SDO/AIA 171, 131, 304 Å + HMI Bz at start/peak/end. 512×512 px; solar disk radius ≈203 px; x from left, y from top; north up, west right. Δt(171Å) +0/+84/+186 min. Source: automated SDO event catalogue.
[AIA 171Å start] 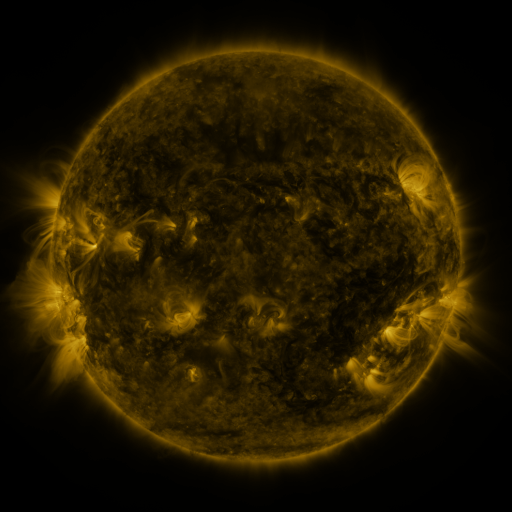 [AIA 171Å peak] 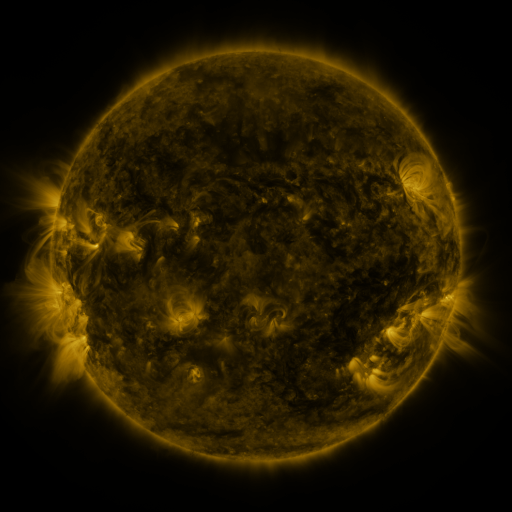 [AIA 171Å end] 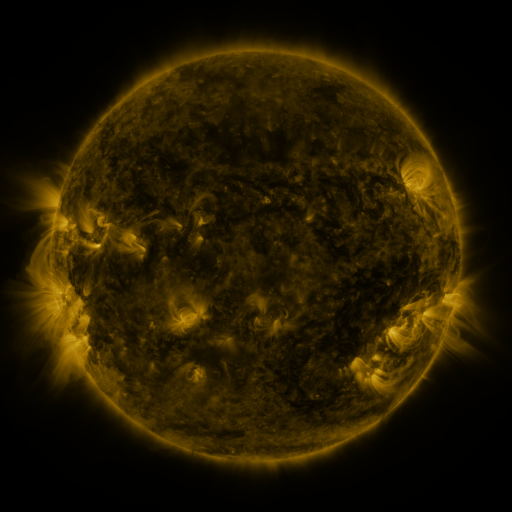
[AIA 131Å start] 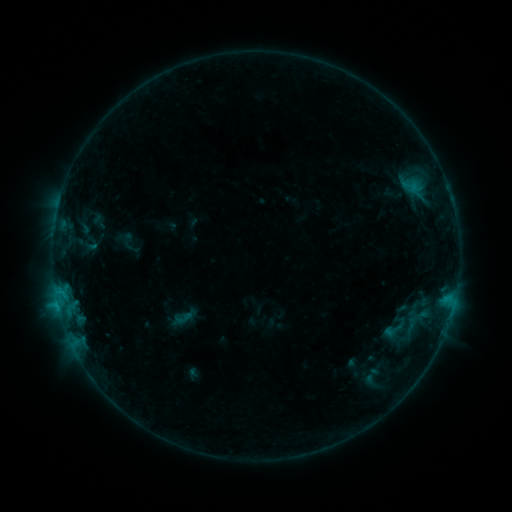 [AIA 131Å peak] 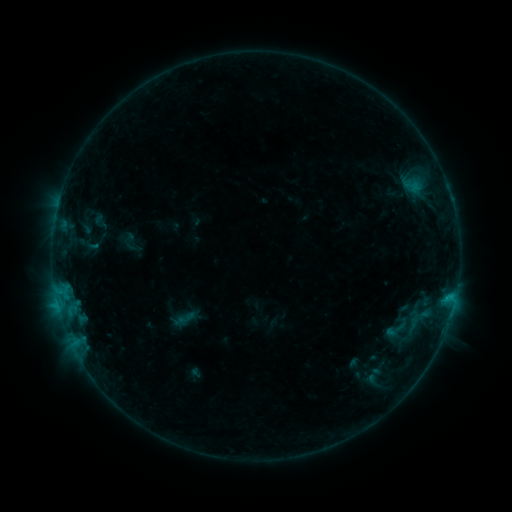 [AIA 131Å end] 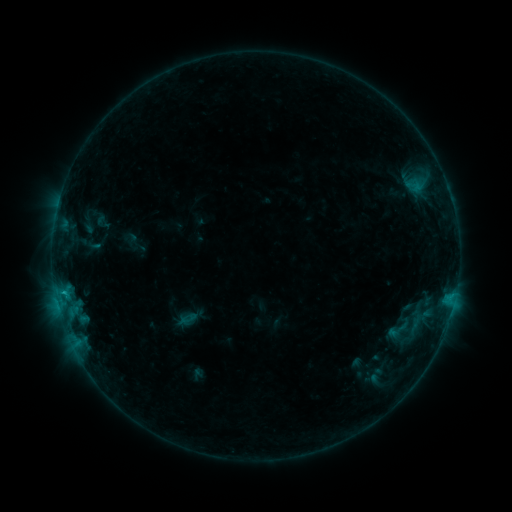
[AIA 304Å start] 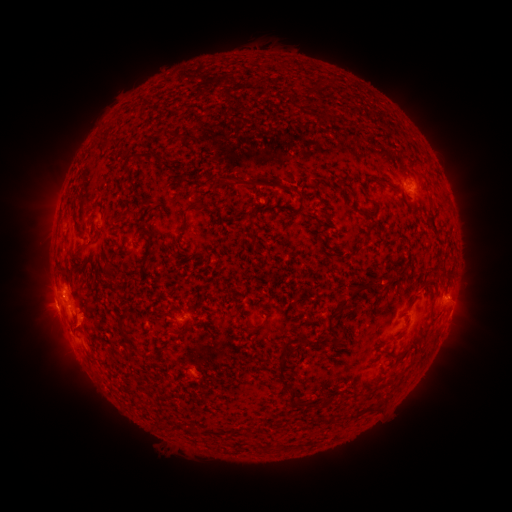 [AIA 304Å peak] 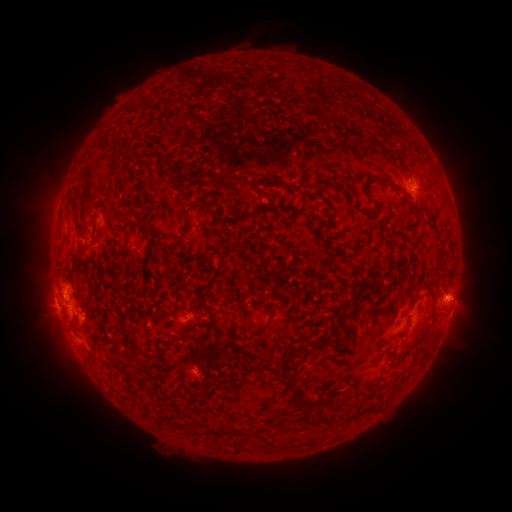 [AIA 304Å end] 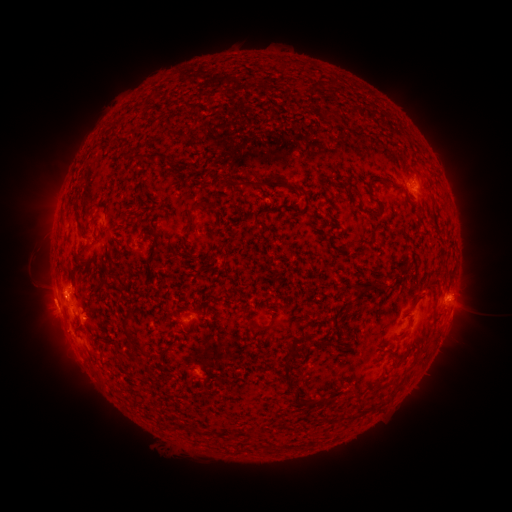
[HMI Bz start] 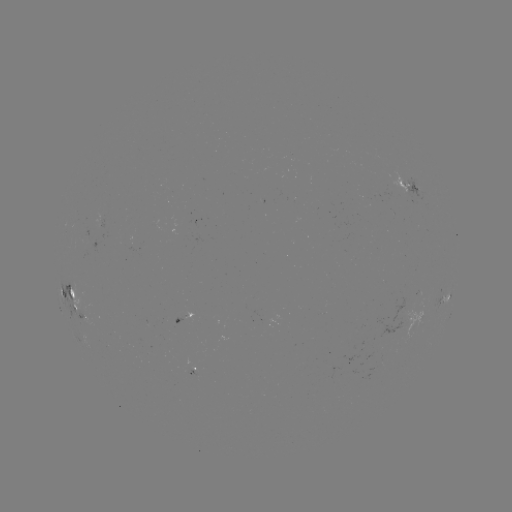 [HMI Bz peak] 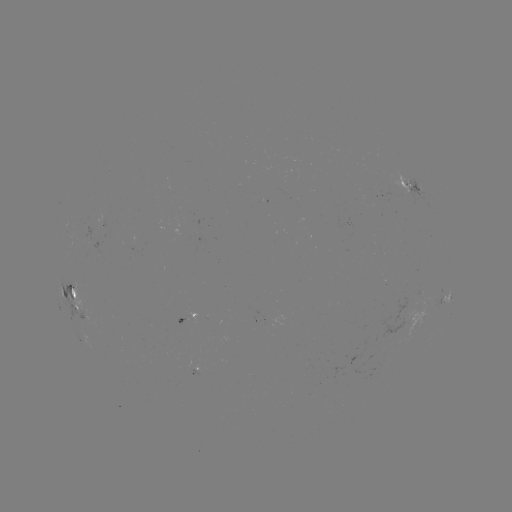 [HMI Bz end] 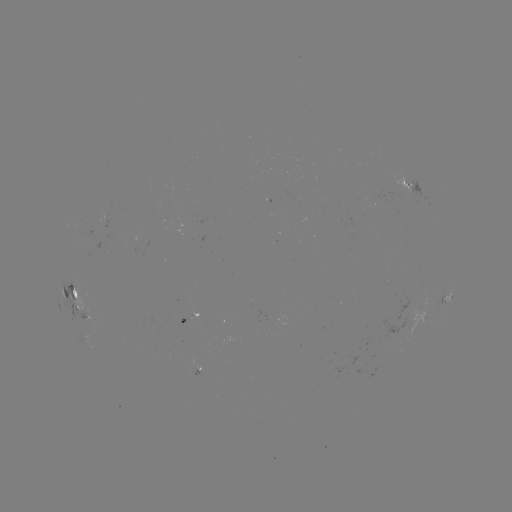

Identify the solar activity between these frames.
filament eruption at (267, 36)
